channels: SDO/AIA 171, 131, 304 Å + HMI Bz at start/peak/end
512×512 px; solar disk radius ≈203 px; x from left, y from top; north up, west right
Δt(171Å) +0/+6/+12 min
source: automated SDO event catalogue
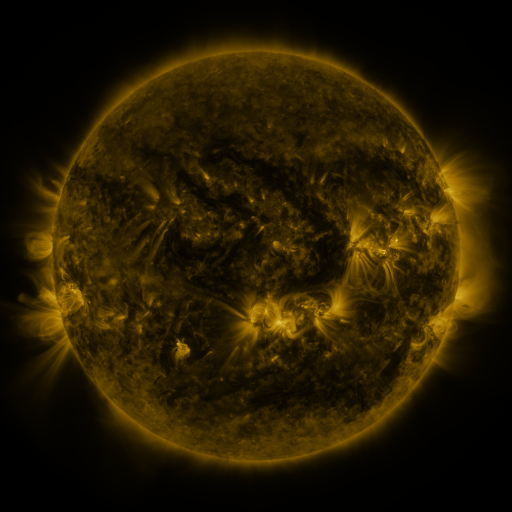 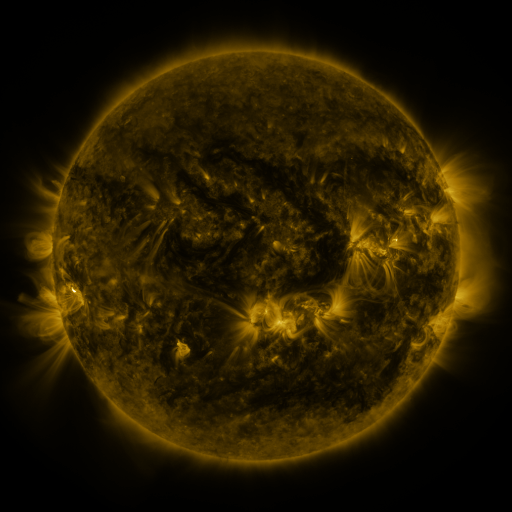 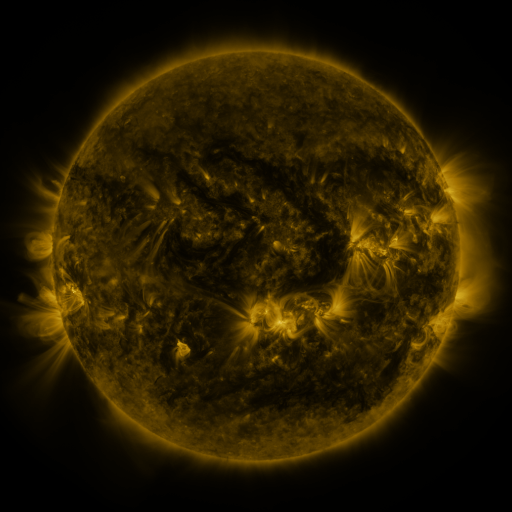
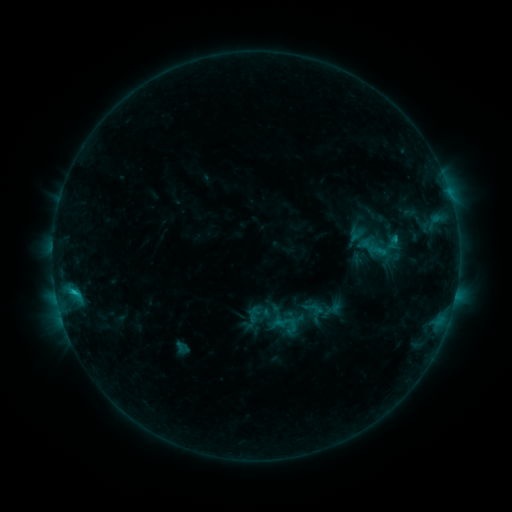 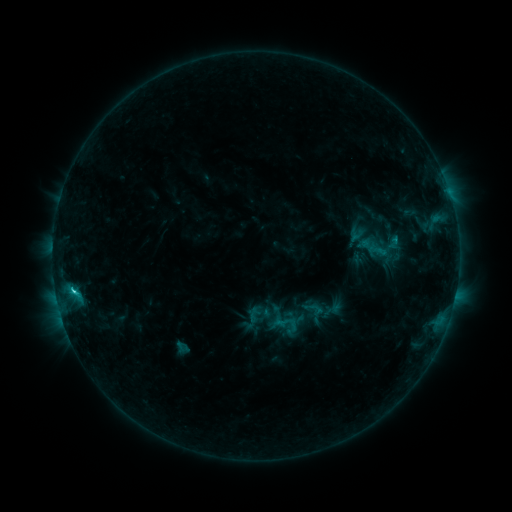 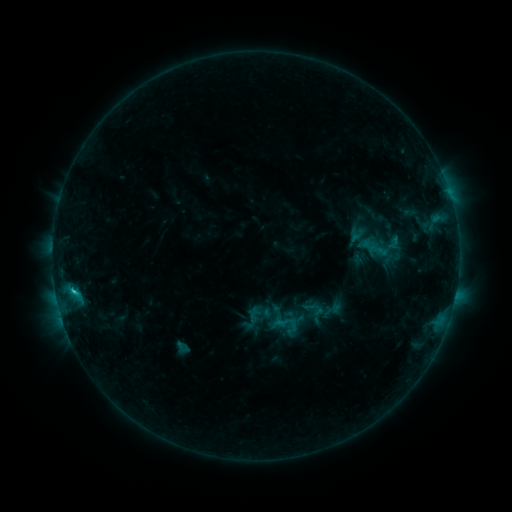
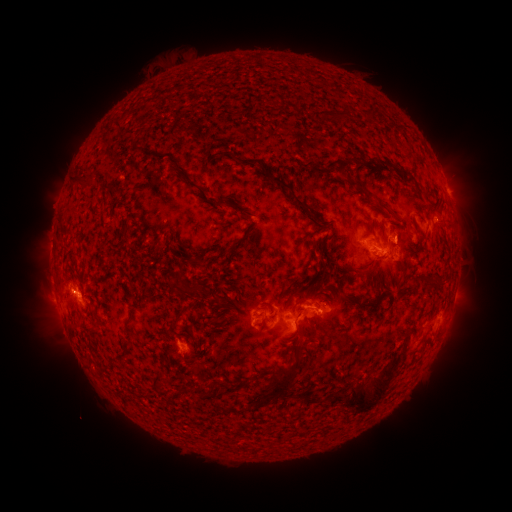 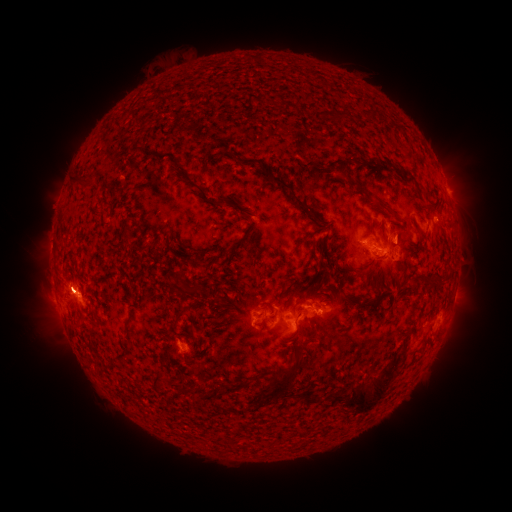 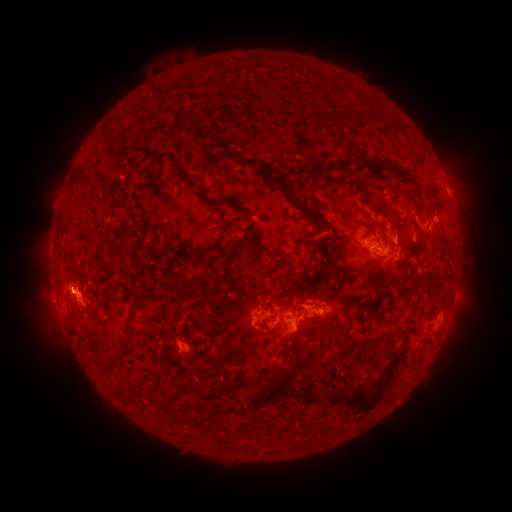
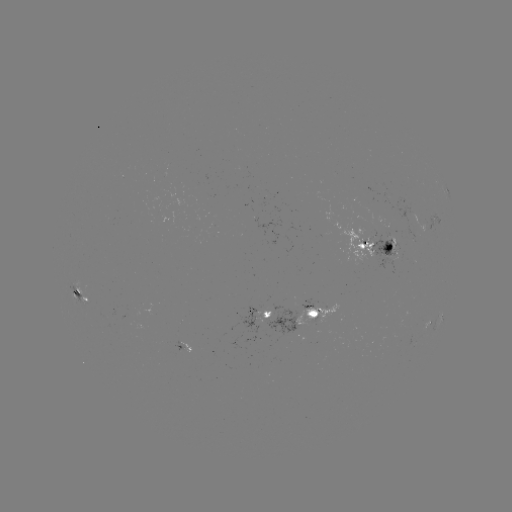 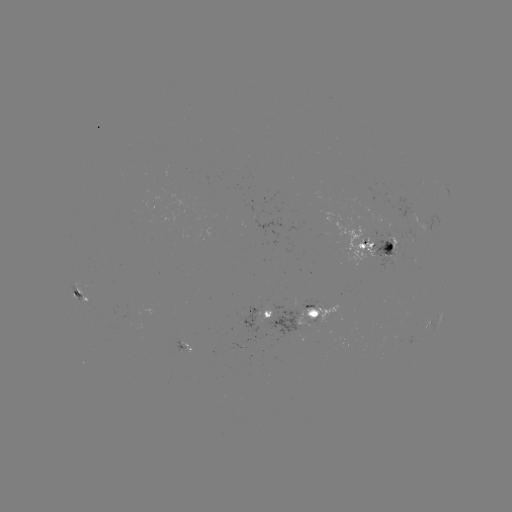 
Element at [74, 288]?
C1.9 flare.